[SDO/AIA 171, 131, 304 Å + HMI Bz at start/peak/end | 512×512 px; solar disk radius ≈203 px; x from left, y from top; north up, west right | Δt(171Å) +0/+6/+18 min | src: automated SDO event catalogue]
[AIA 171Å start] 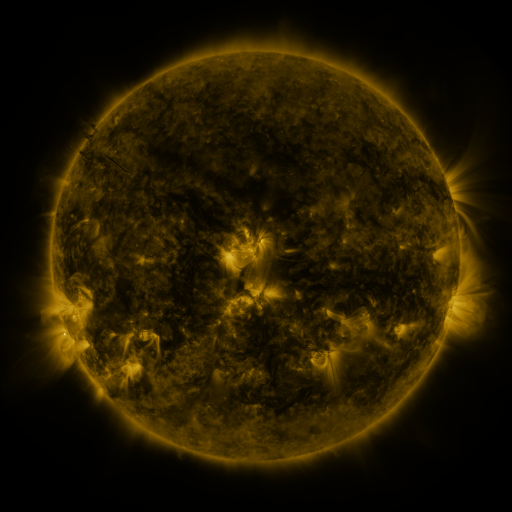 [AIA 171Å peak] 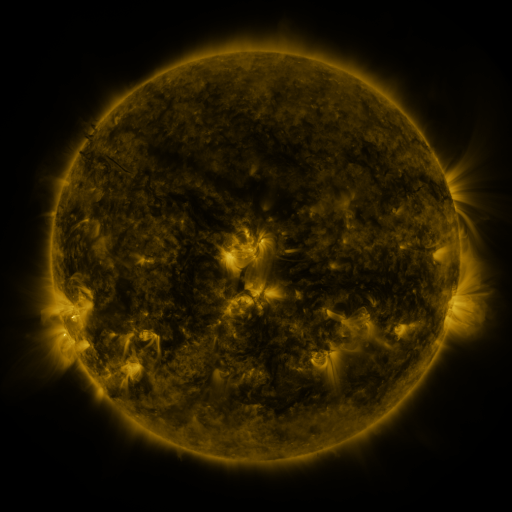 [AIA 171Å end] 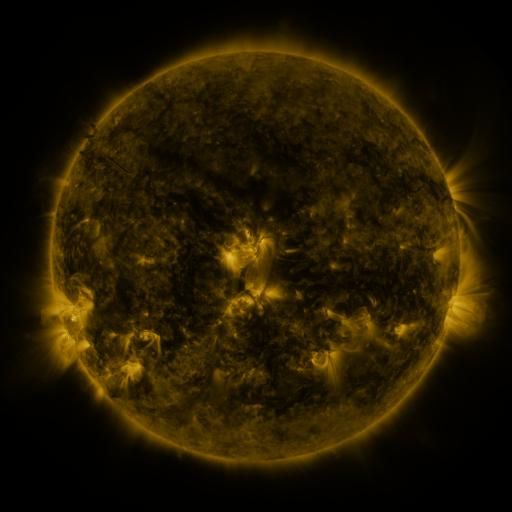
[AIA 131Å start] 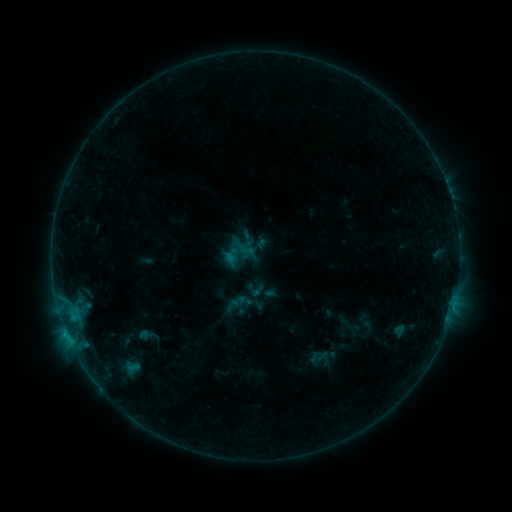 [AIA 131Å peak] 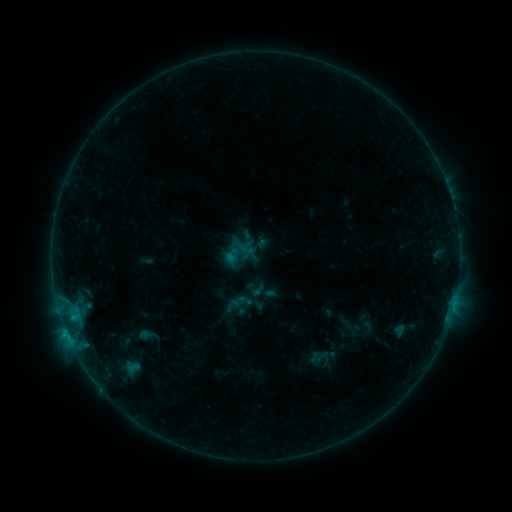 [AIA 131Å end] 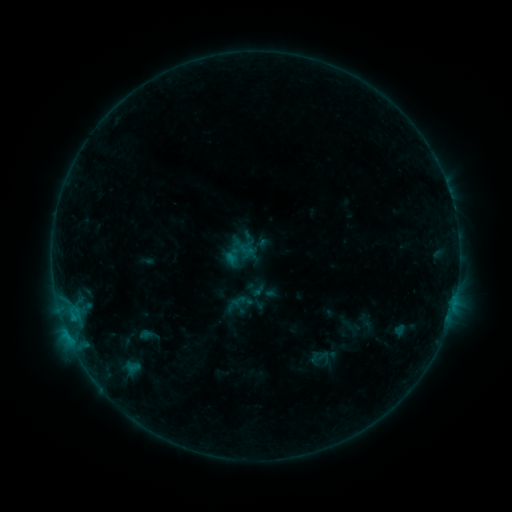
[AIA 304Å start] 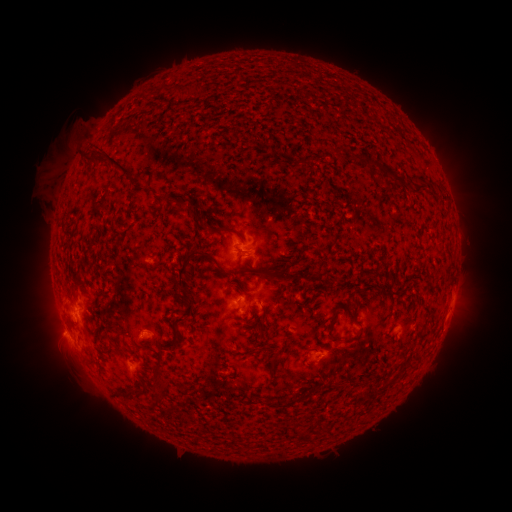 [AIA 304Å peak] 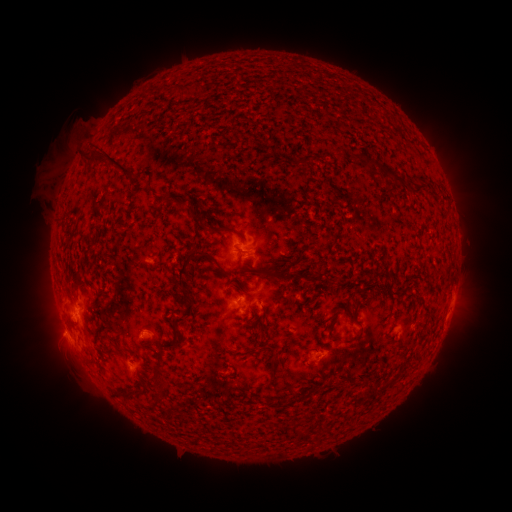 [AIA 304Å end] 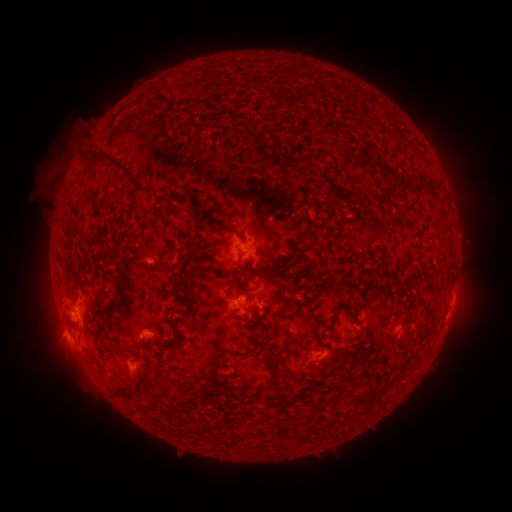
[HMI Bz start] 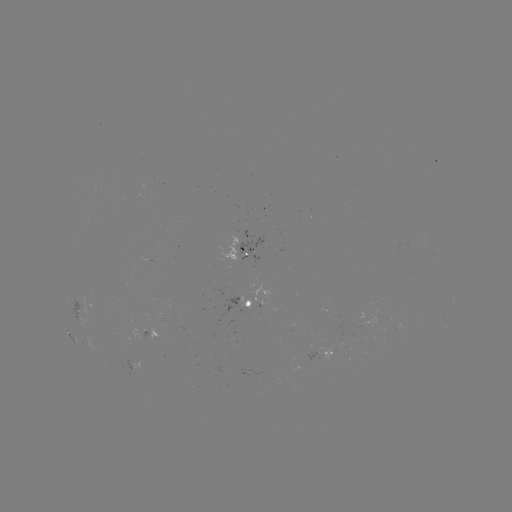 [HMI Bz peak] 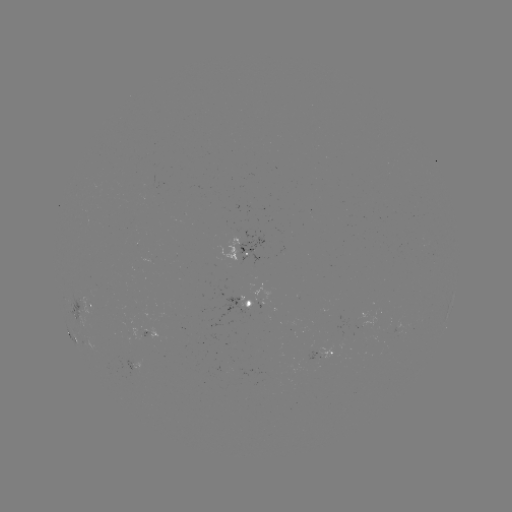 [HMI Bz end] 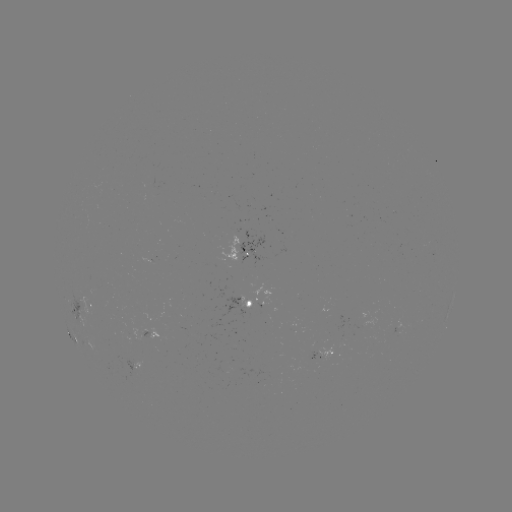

no flare in any classed list; no EUV-trigger detection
